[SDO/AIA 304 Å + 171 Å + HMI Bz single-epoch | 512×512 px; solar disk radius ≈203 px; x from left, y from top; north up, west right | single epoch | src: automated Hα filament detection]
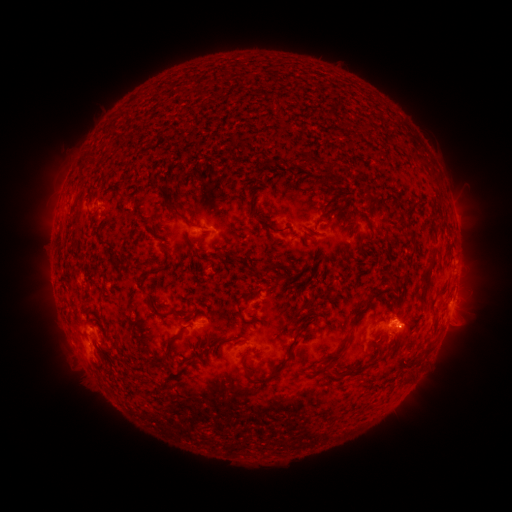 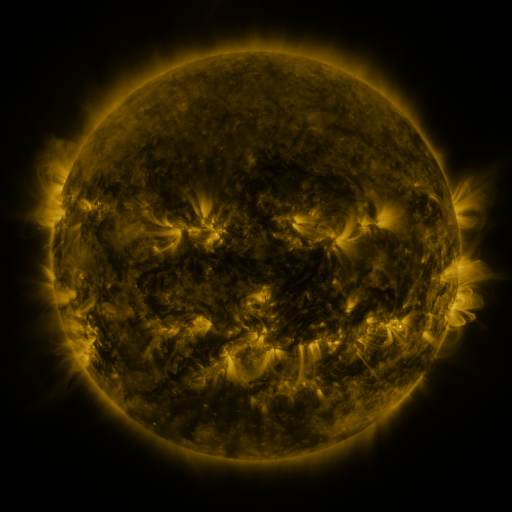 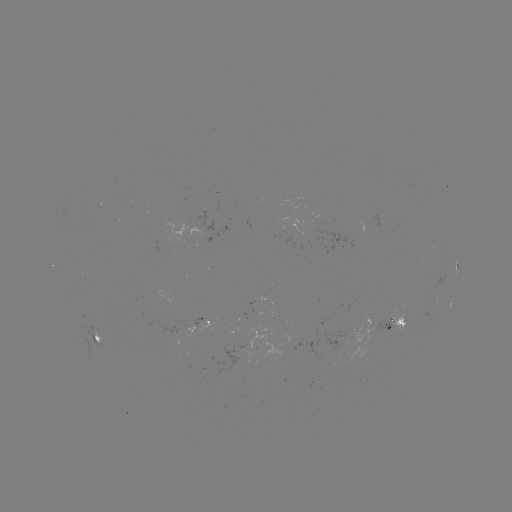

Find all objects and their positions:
filament: (316, 158, 324, 167)
filament: (157, 184, 168, 195)
filament: (319, 194, 341, 217)
filament: (162, 198, 196, 226)
filament: (409, 202, 418, 212)
filament: (253, 215, 291, 233)
filament: (418, 259, 435, 307)
filament: (264, 264, 275, 278)
filament: (140, 272, 150, 289)
filament: (434, 290, 445, 298)
filament: (151, 308, 168, 316)
filament: (353, 308, 365, 320)
filament: (165, 329, 182, 350)
filament: (230, 333, 247, 341)
filament: (323, 336, 348, 369)
filament: (242, 357, 289, 384)
filament: (335, 368, 354, 378)
